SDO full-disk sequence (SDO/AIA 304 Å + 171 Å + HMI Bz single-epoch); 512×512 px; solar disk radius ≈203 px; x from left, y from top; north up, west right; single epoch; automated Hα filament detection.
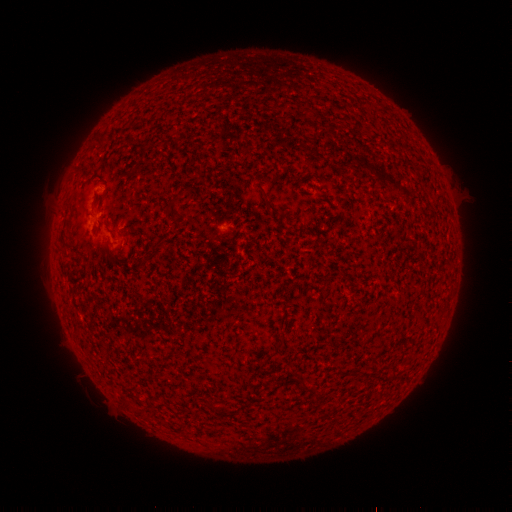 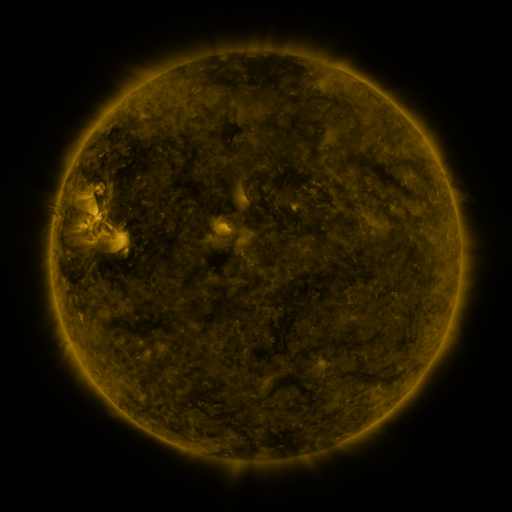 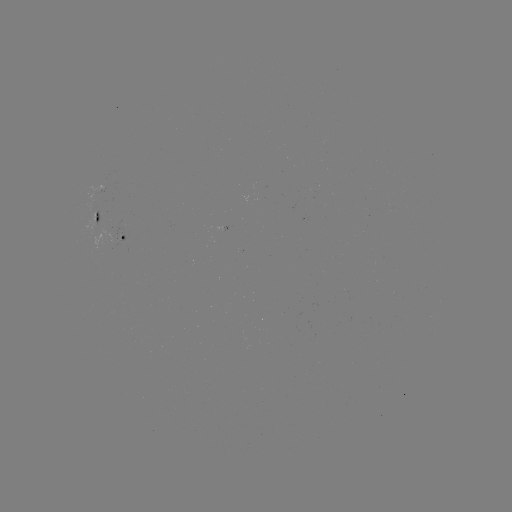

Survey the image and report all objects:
filament: (200, 170)
filament: (272, 207)
filament: (175, 211)
filament: (279, 345)
filament: (297, 377)
filament: (222, 410)
